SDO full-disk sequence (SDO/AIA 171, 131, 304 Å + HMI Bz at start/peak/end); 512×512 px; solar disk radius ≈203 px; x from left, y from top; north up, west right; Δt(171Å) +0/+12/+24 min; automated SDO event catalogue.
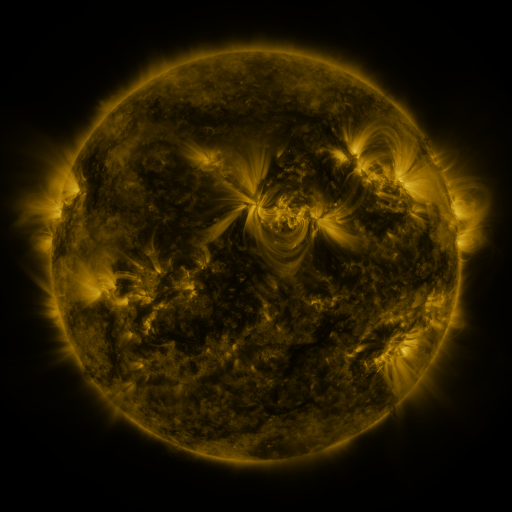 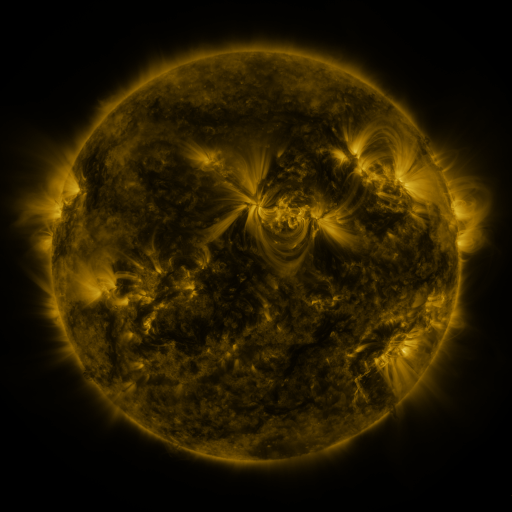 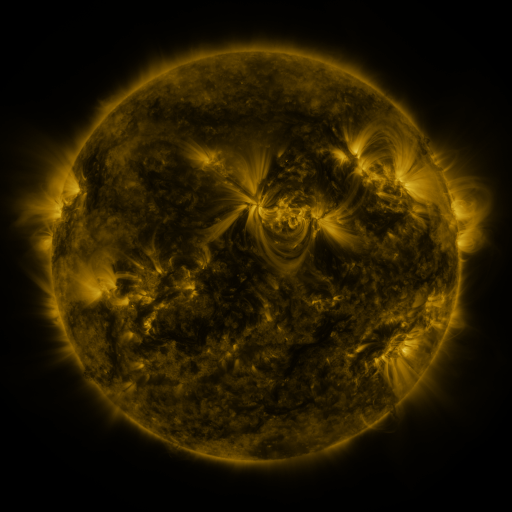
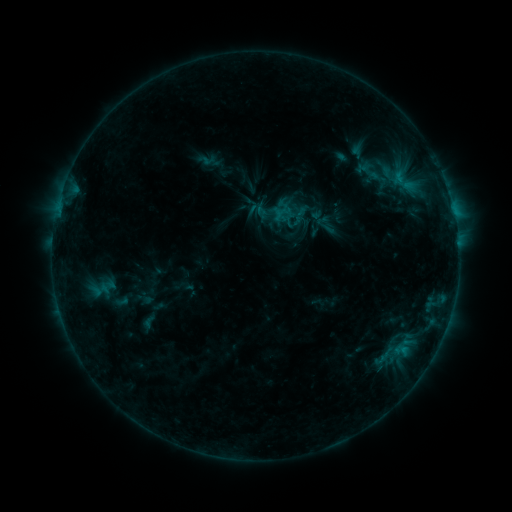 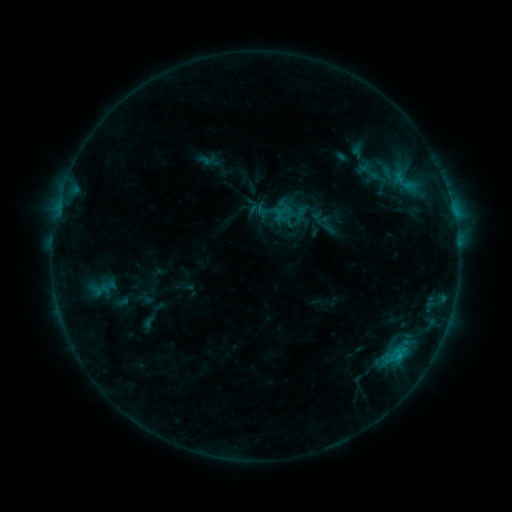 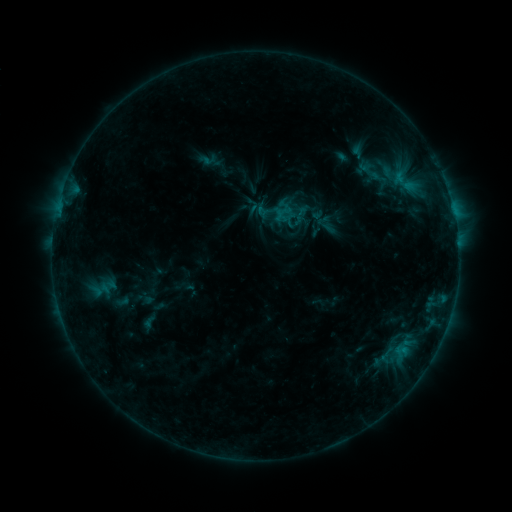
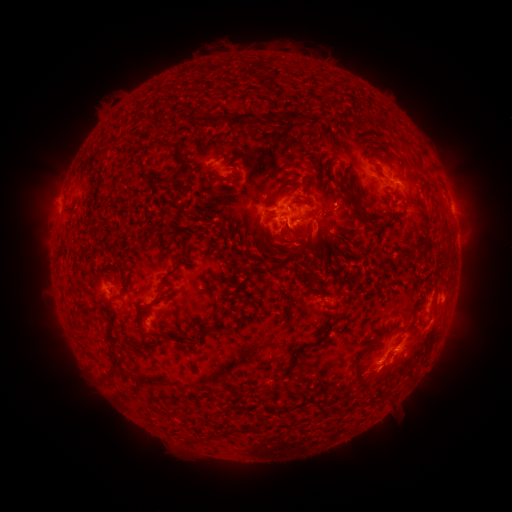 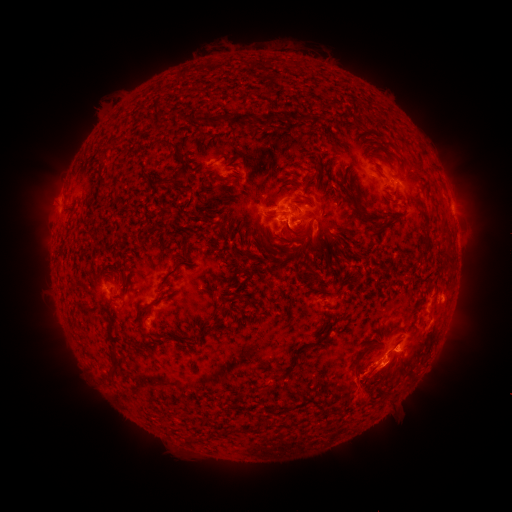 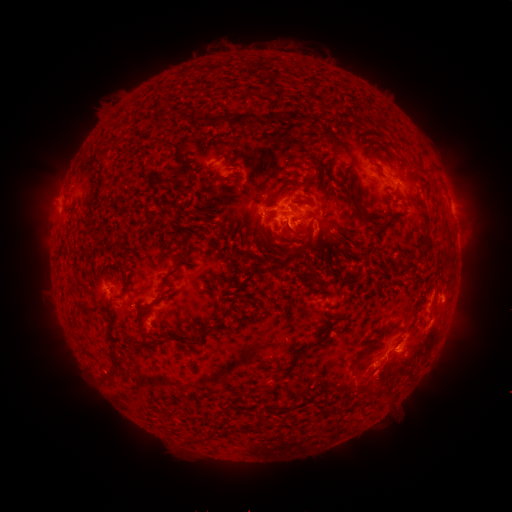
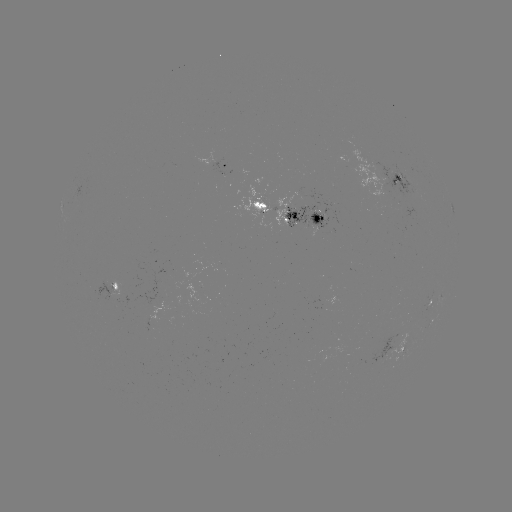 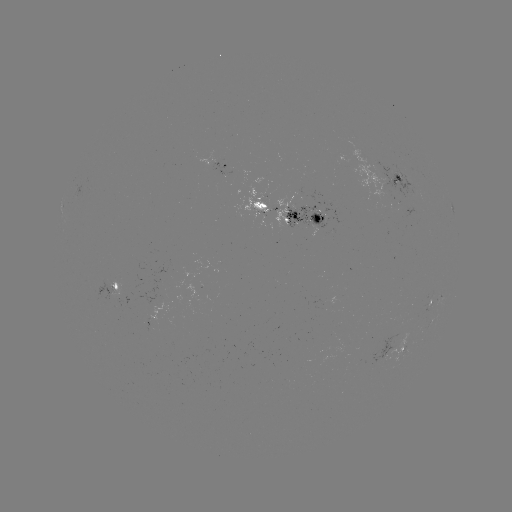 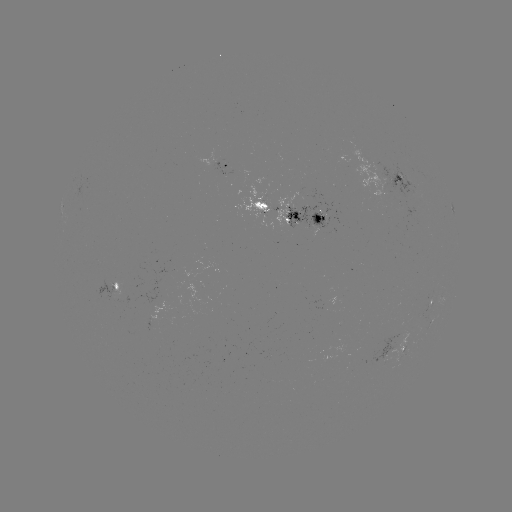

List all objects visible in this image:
C1.1 flare: (399, 352)
